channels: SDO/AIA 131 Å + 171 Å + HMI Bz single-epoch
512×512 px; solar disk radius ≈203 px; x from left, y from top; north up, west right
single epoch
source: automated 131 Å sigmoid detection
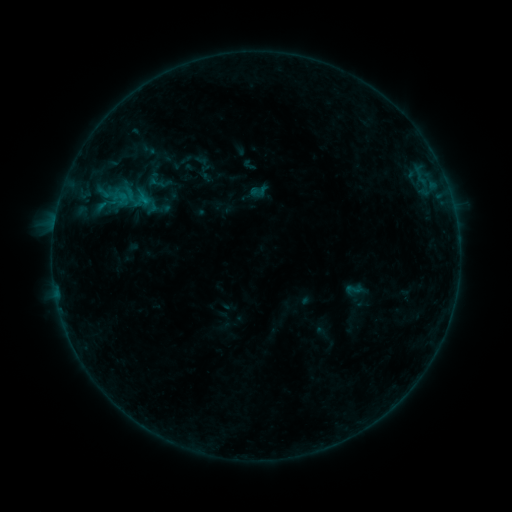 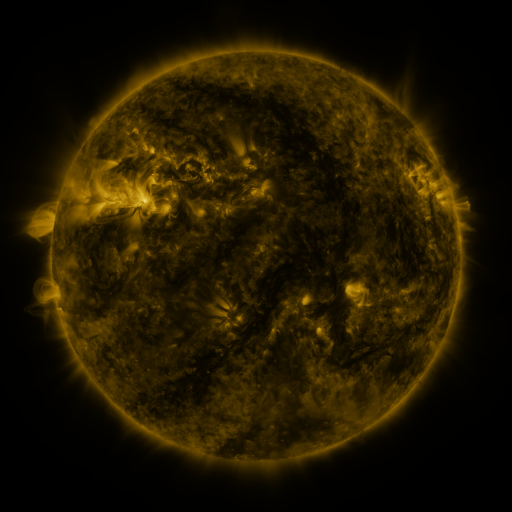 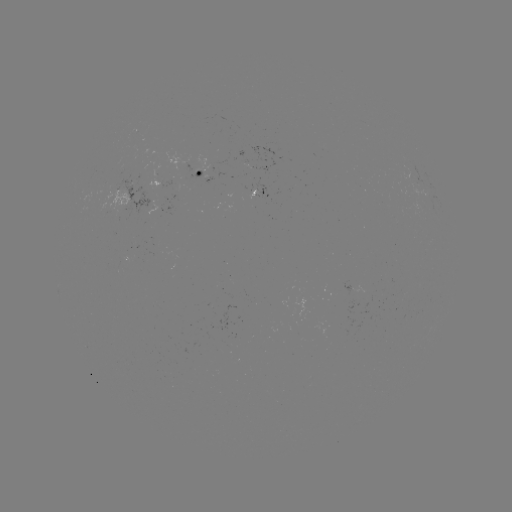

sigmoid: (345, 279, 363, 299)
